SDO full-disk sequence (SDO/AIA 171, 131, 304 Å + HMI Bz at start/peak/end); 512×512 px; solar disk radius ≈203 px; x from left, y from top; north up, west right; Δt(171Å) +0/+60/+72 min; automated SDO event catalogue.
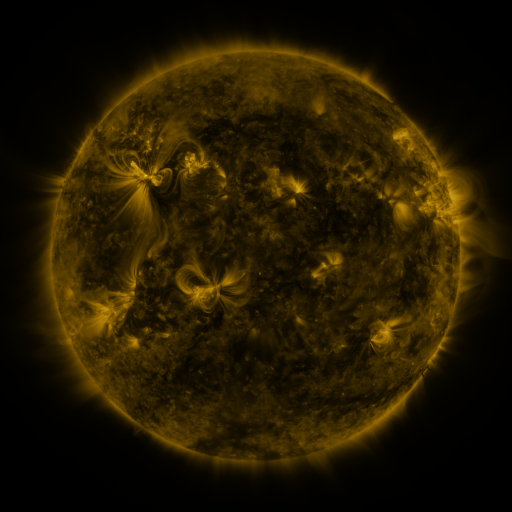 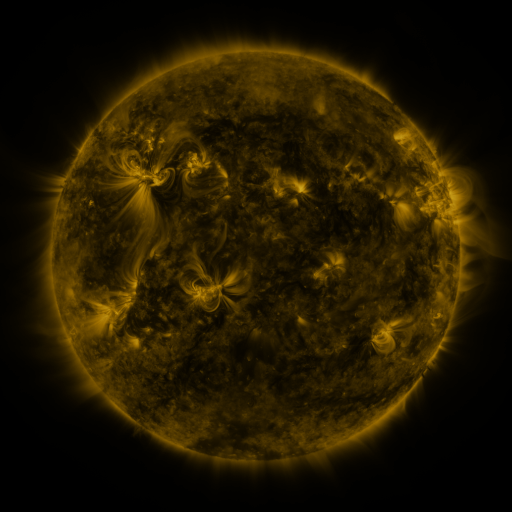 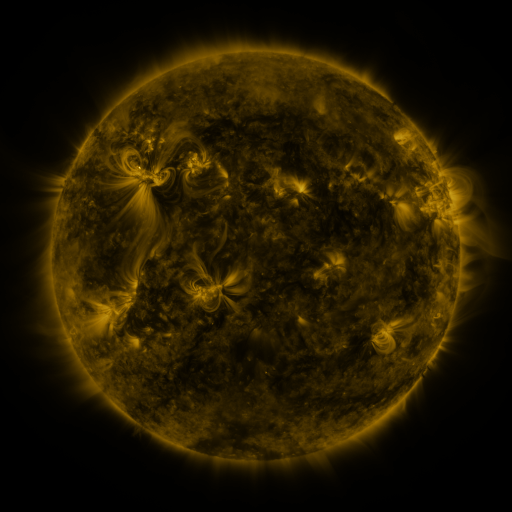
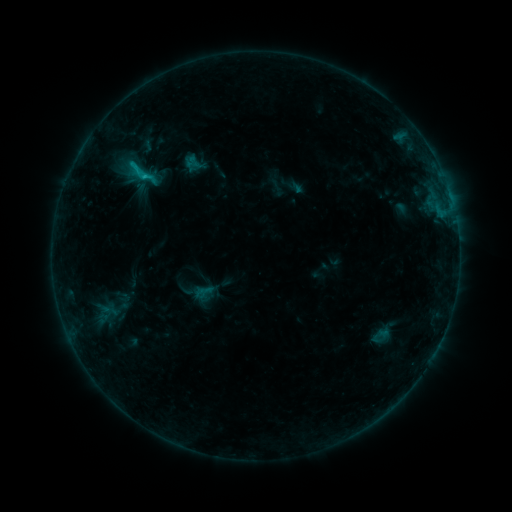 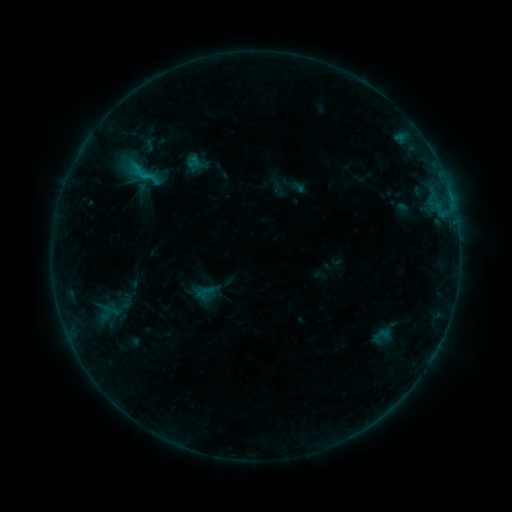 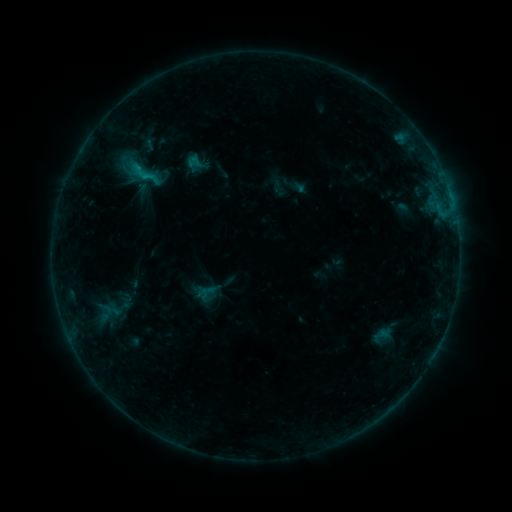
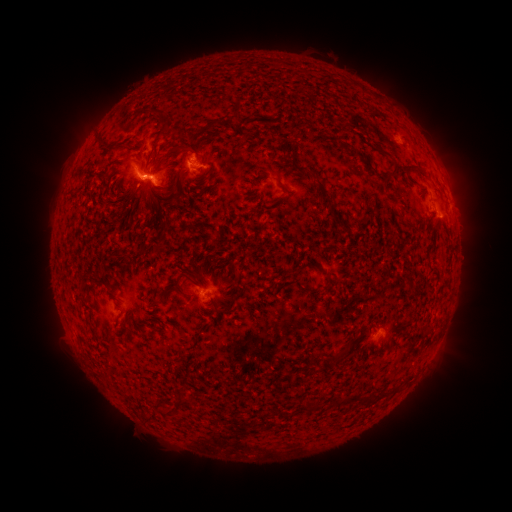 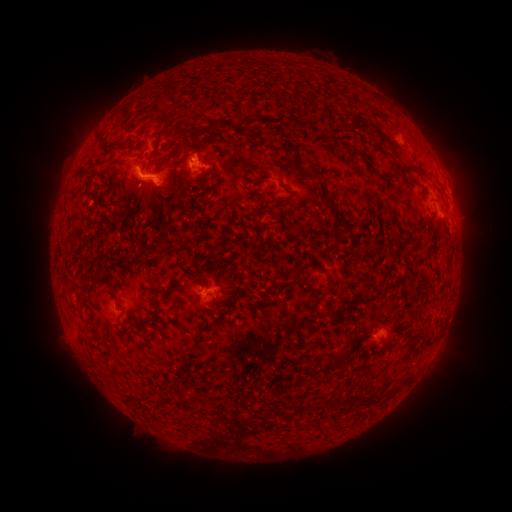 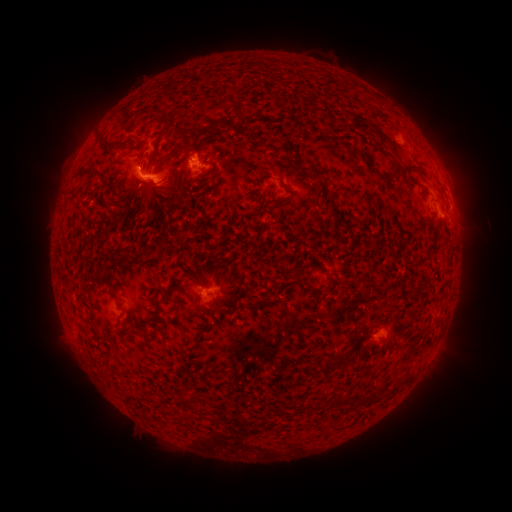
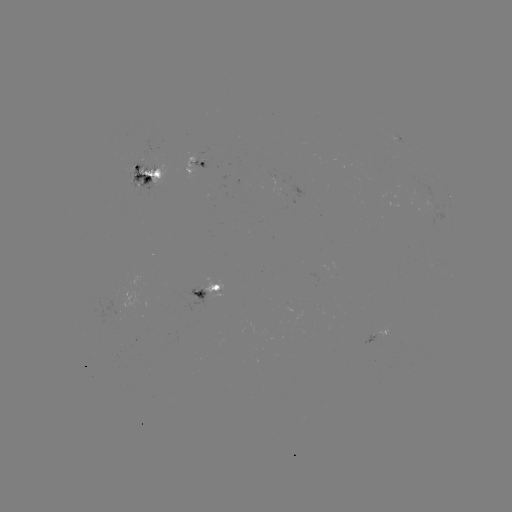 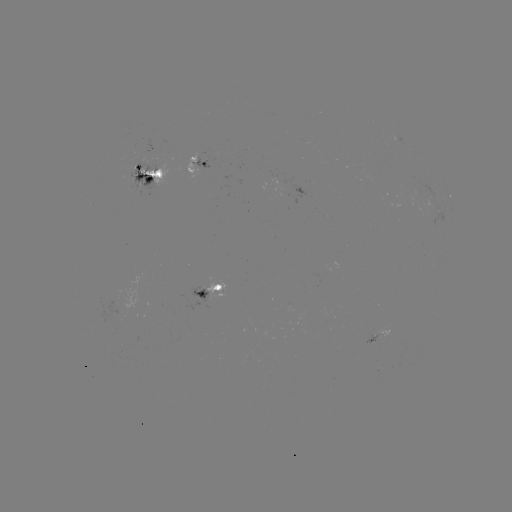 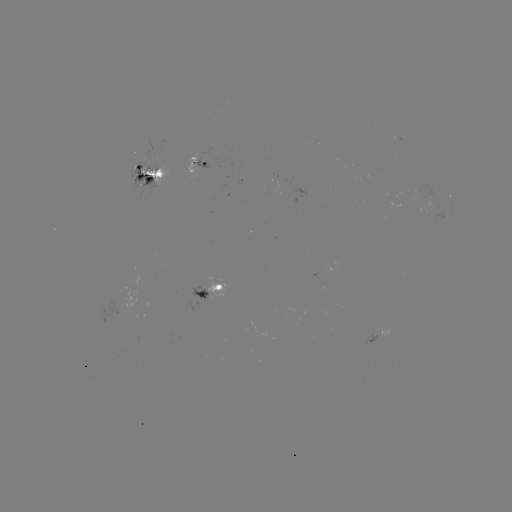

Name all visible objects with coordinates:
emerging-flux region: (141, 180)
